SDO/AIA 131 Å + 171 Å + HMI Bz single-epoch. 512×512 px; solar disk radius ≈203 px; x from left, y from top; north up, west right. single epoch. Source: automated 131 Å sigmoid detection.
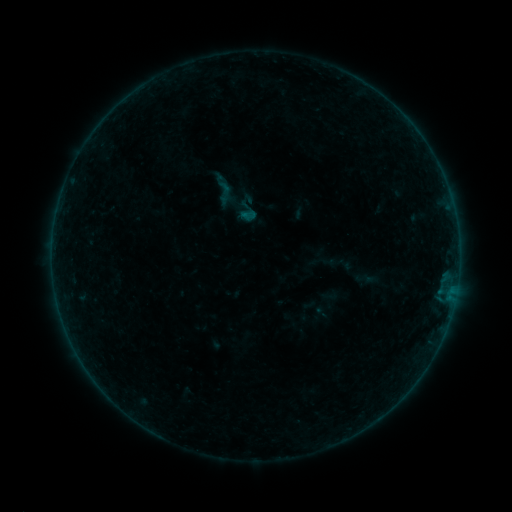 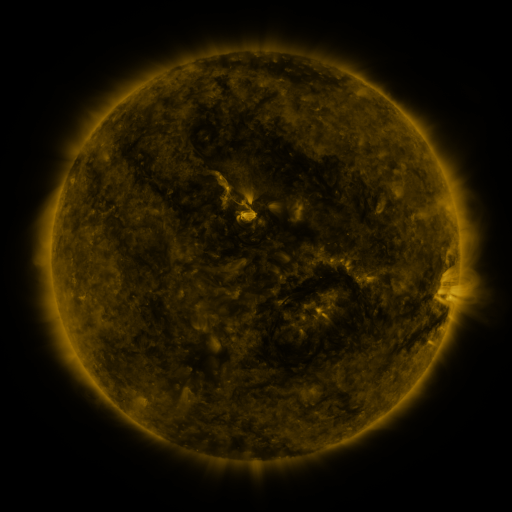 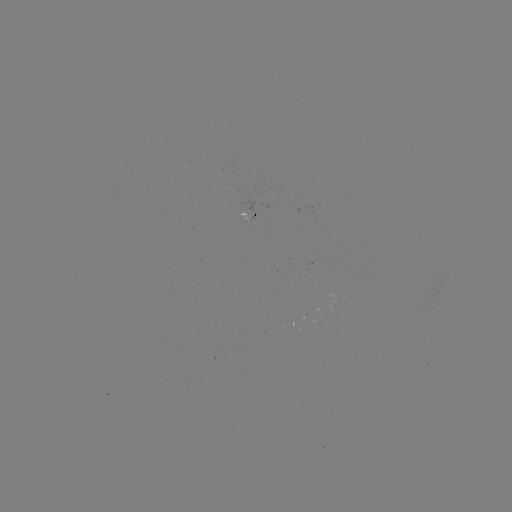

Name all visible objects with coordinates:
sigmoid: (229, 191, 264, 225)
